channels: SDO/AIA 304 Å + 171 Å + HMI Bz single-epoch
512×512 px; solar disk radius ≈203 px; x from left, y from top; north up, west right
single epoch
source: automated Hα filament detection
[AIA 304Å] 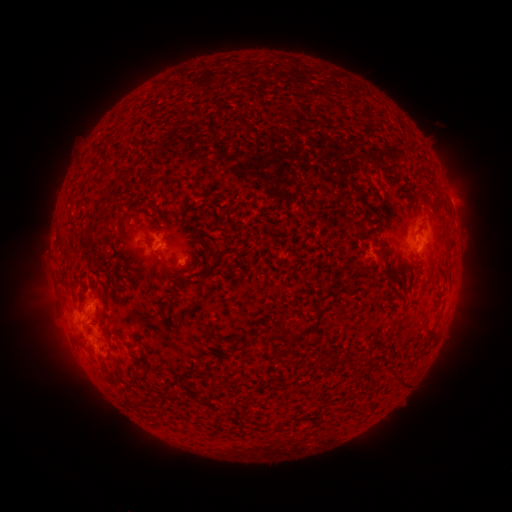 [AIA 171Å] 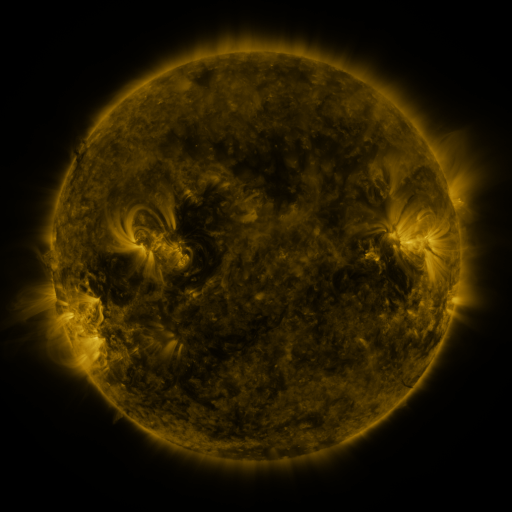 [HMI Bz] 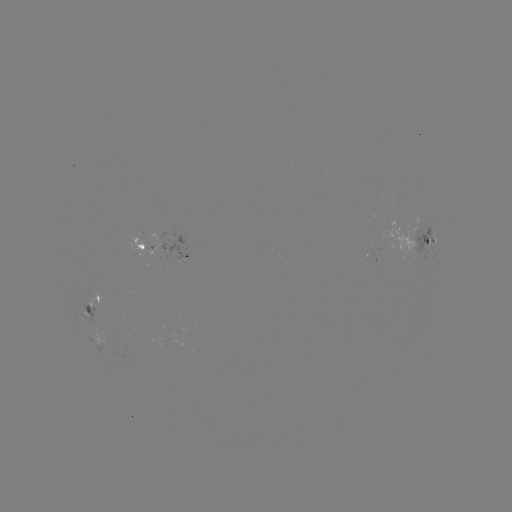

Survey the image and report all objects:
filament: (88, 242)
filament: (383, 257)
filament: (158, 260)
filament: (358, 268)
filament: (117, 335)
filament: (399, 382)
